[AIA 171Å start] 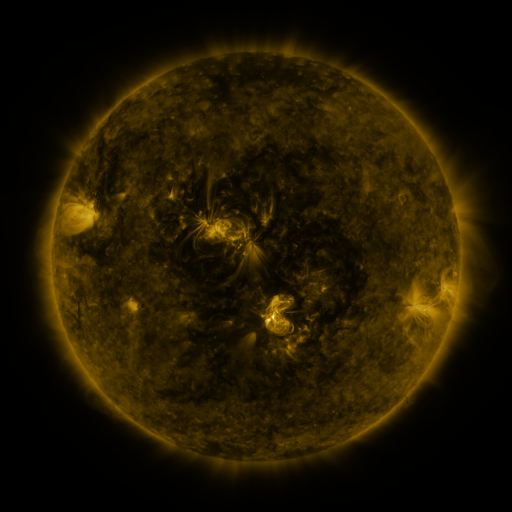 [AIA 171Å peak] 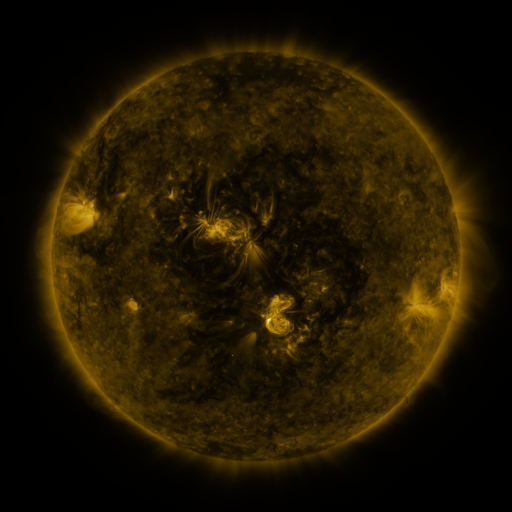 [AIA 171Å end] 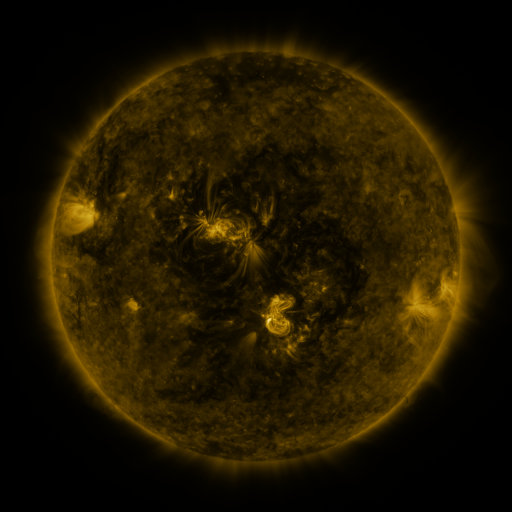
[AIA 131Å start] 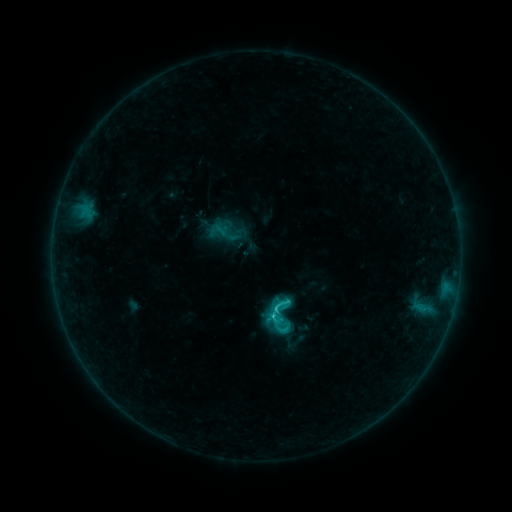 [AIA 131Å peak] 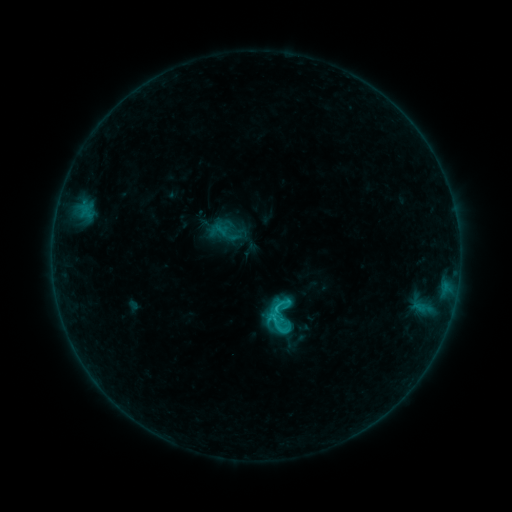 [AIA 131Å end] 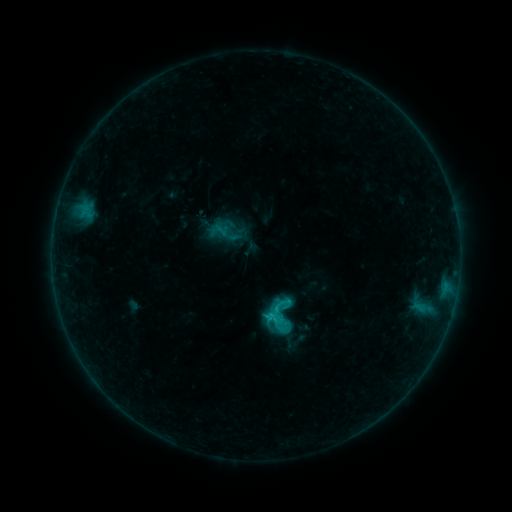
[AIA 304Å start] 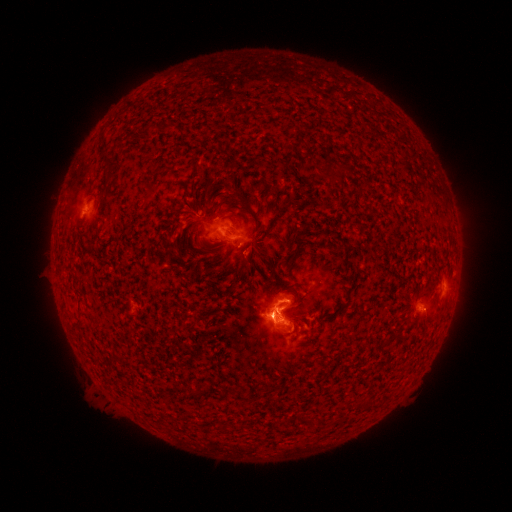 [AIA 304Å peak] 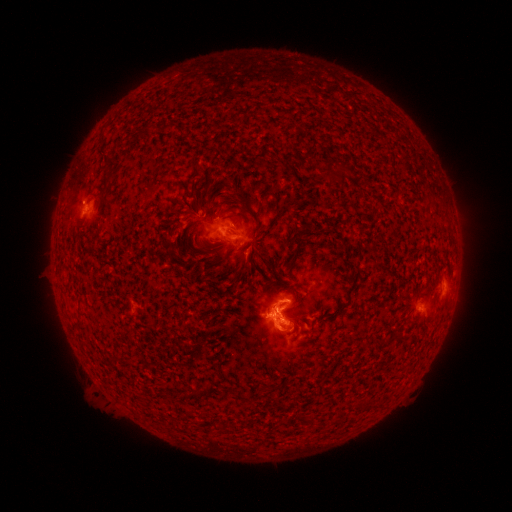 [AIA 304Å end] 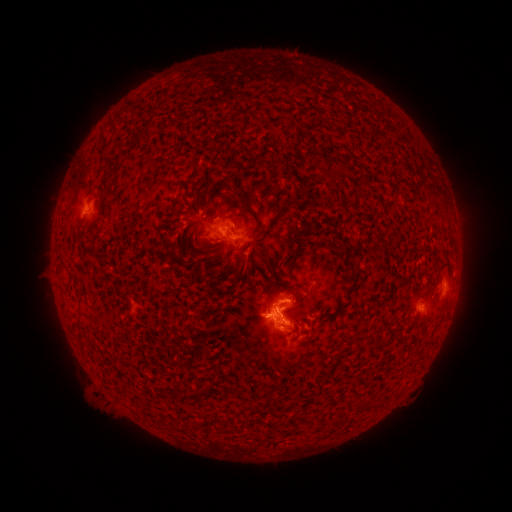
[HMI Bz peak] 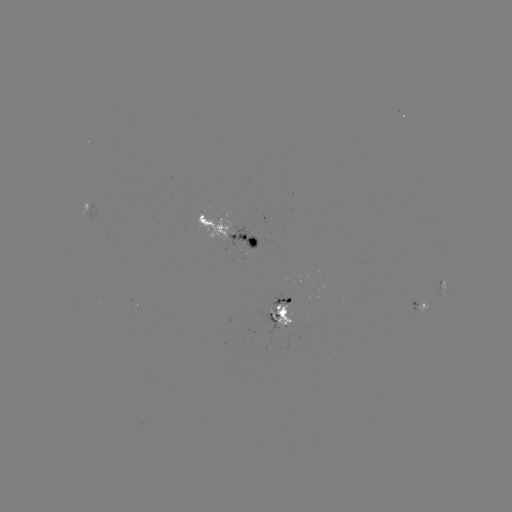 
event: eruption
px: (253, 257)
